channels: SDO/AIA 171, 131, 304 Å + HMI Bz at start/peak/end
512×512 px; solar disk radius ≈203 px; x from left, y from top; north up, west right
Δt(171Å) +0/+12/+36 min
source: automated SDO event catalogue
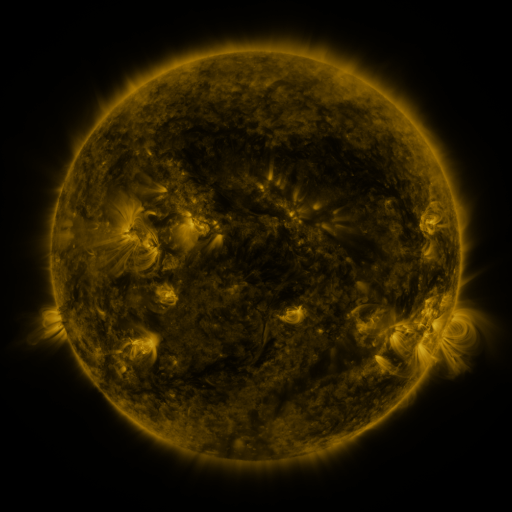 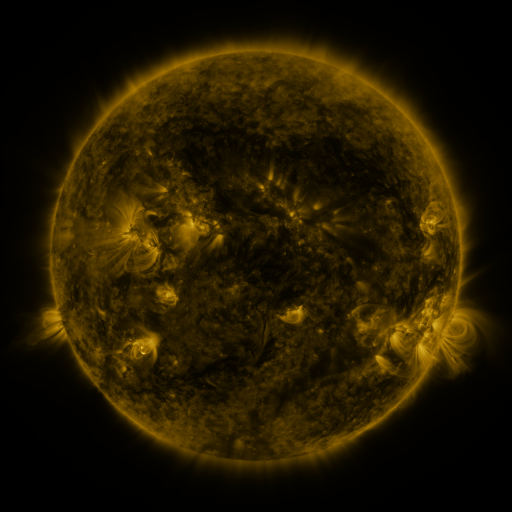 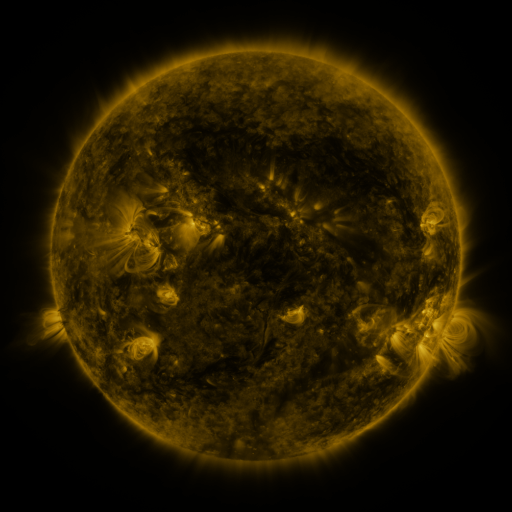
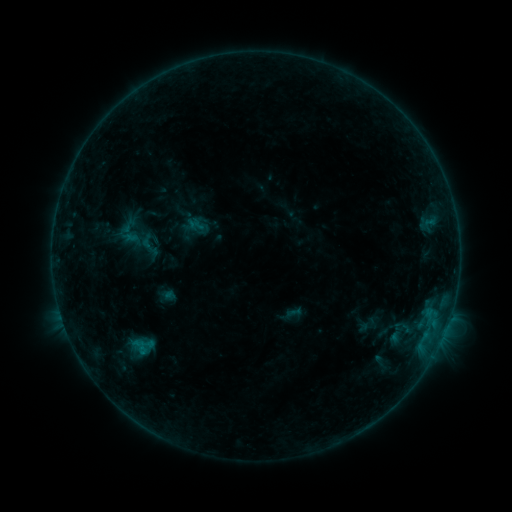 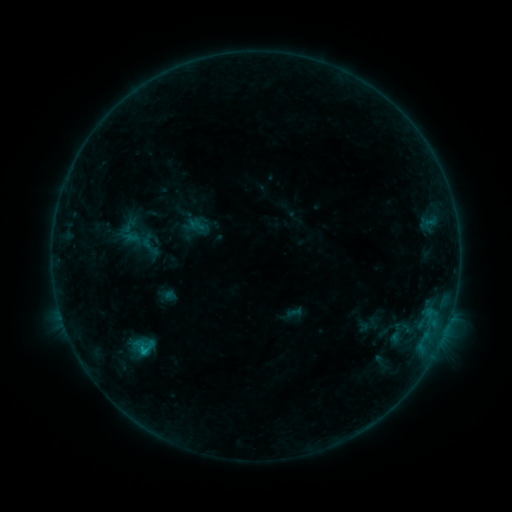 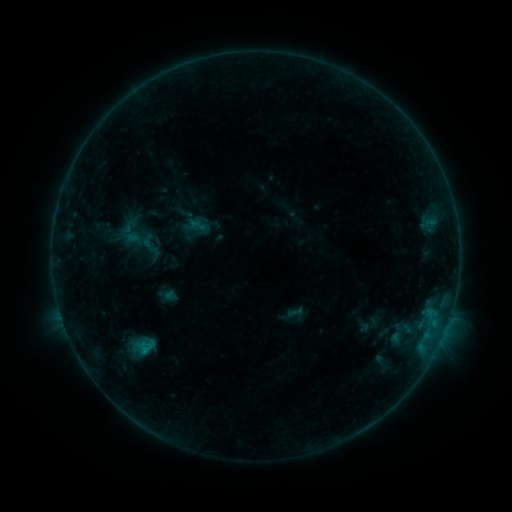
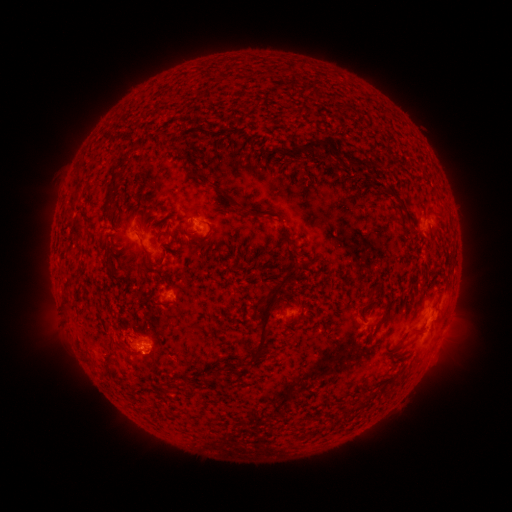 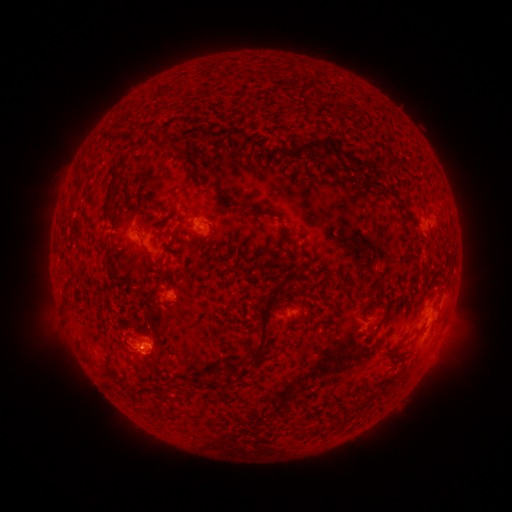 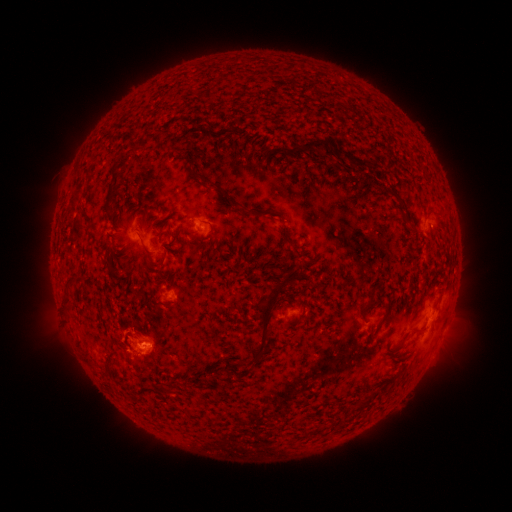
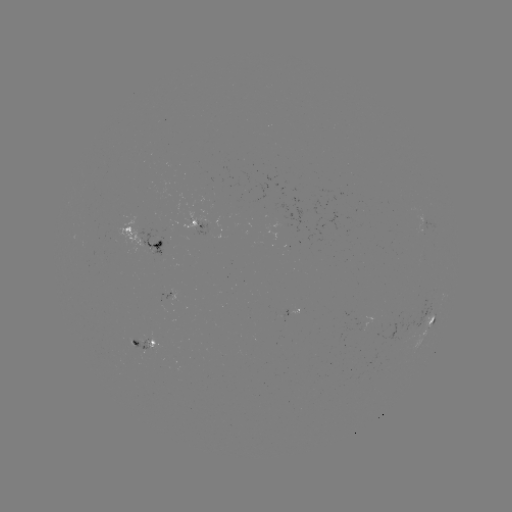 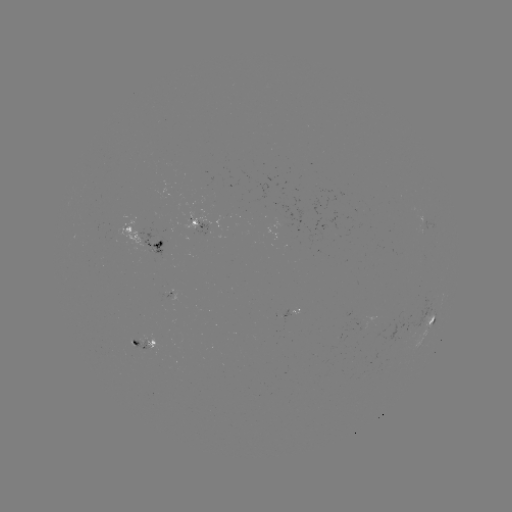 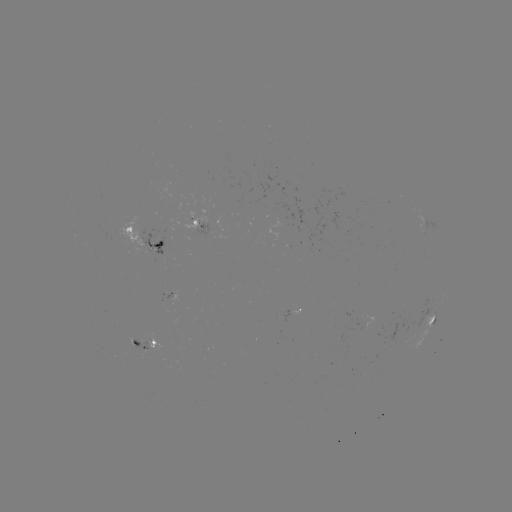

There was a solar flare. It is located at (144, 350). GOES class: B6.4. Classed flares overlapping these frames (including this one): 1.